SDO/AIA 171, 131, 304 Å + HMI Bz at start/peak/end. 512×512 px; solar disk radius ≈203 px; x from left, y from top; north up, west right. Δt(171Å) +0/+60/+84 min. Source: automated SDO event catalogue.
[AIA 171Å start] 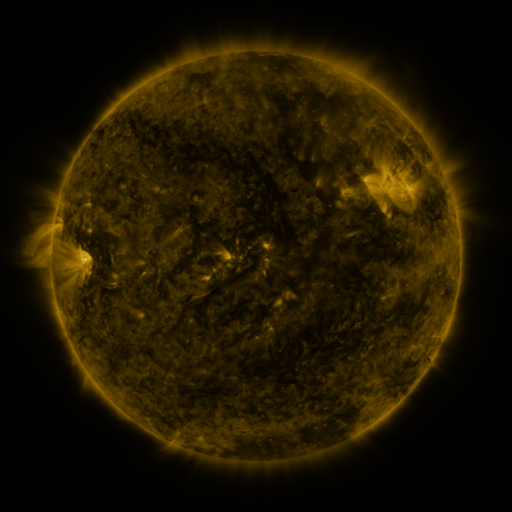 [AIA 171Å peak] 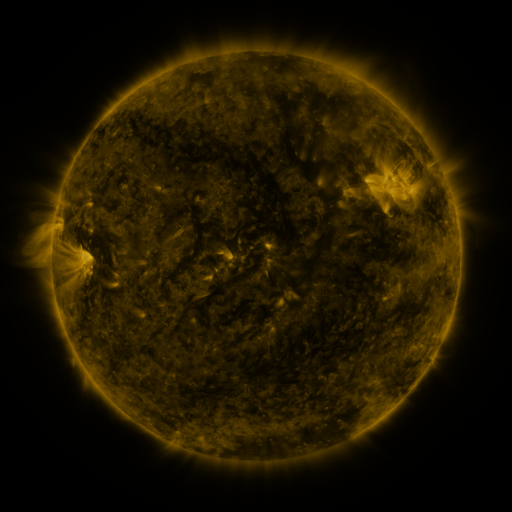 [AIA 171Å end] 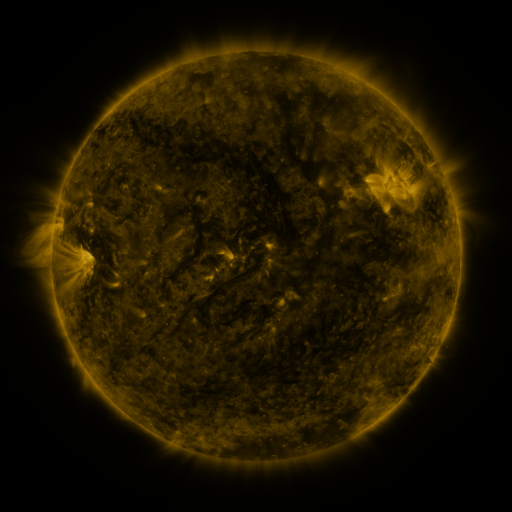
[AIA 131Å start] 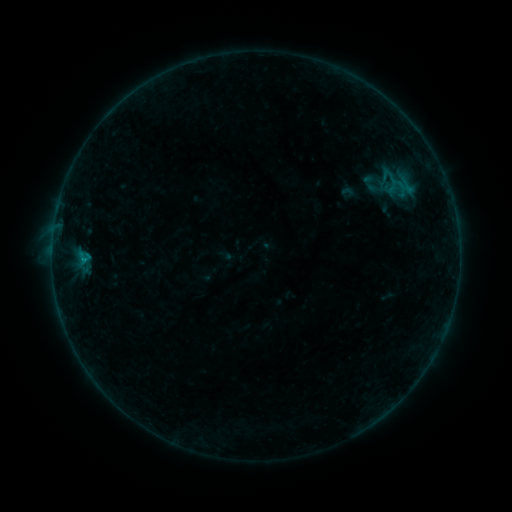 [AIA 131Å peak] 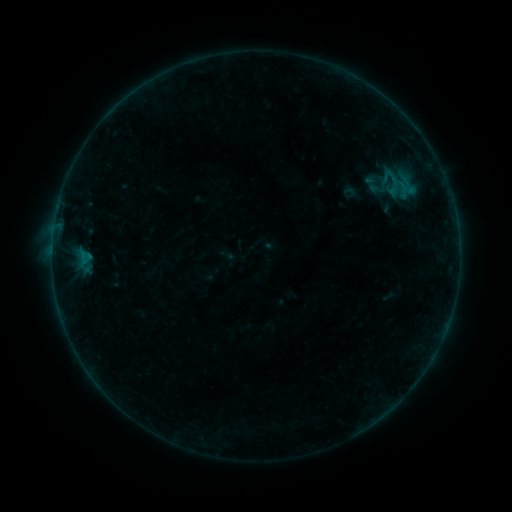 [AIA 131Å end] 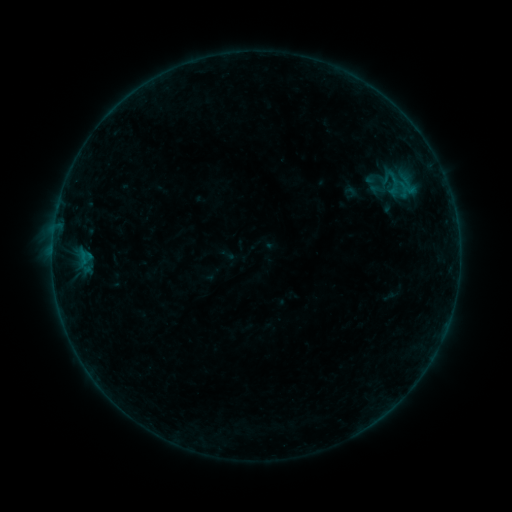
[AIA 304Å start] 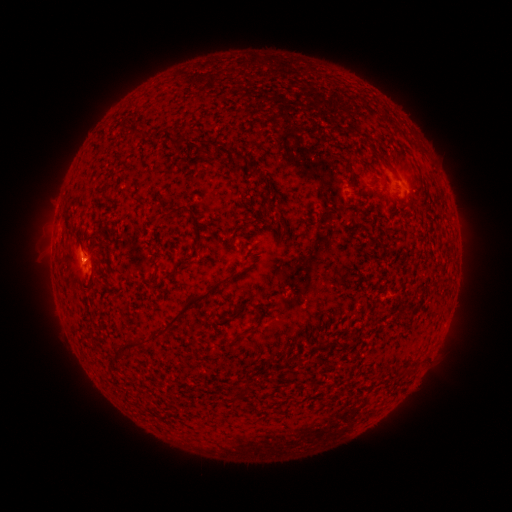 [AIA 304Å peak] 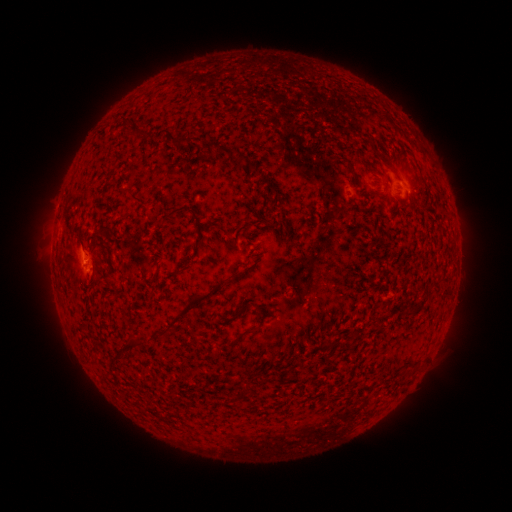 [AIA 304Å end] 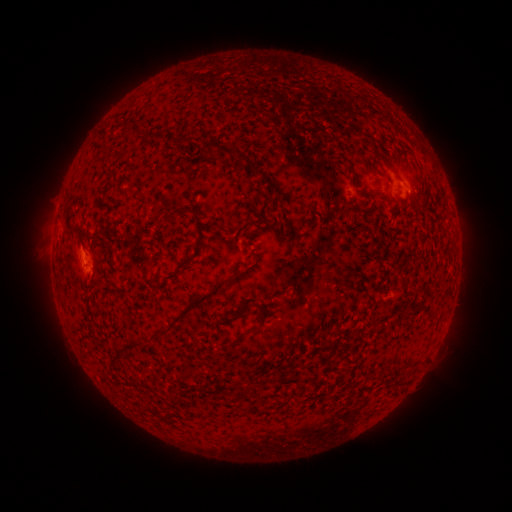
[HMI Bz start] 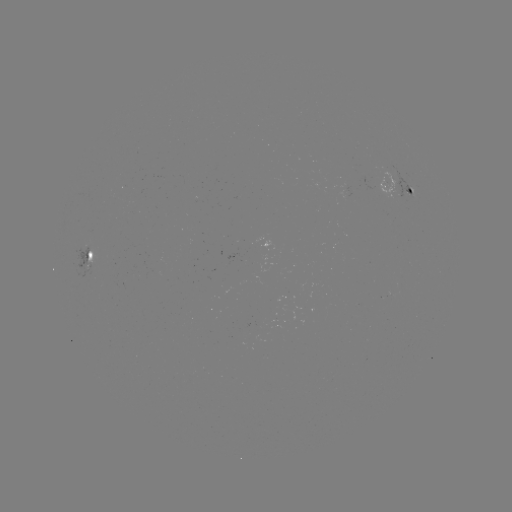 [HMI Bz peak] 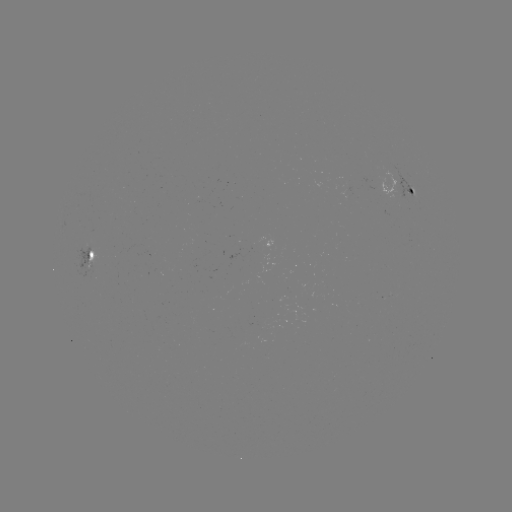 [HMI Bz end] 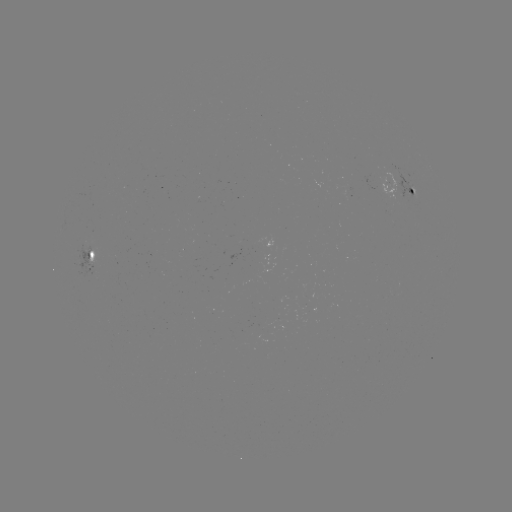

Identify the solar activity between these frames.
emerging-flux region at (86, 263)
